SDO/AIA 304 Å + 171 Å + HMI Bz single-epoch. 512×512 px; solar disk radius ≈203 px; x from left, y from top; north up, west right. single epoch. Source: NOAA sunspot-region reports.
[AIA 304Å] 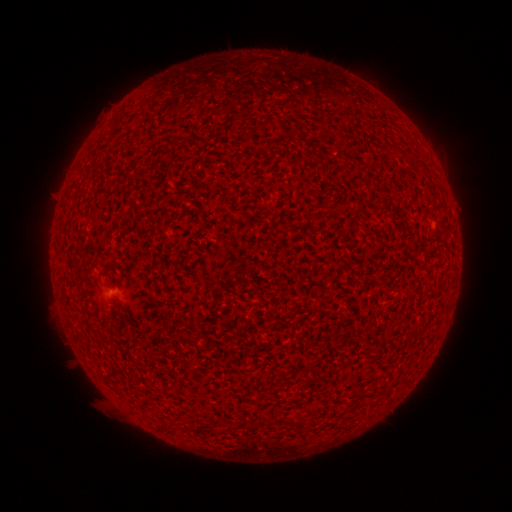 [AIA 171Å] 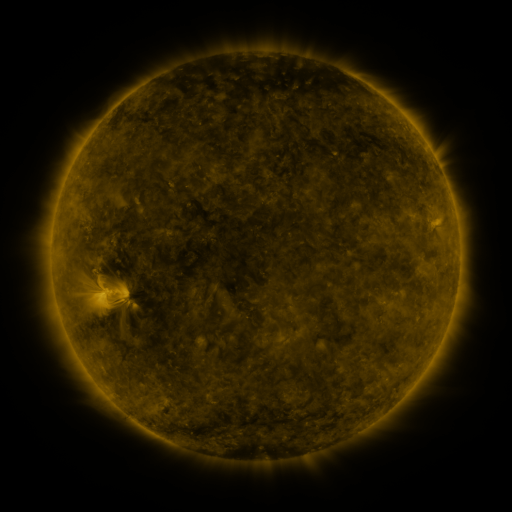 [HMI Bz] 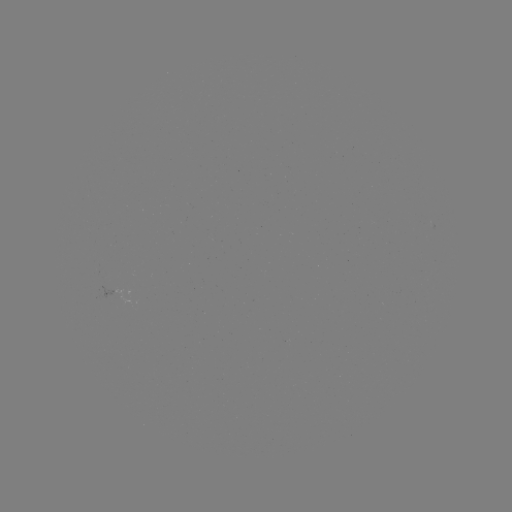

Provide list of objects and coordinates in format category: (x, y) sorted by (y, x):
(none)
